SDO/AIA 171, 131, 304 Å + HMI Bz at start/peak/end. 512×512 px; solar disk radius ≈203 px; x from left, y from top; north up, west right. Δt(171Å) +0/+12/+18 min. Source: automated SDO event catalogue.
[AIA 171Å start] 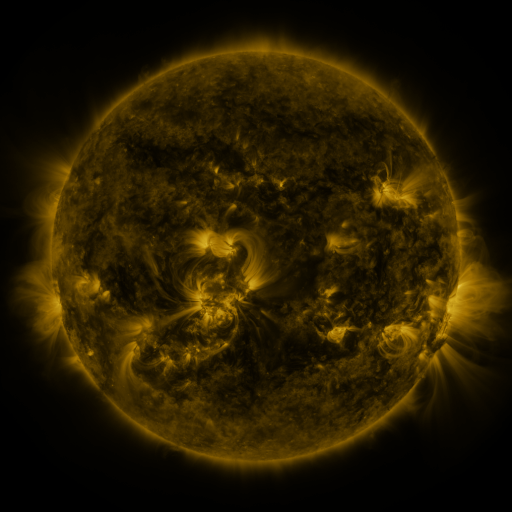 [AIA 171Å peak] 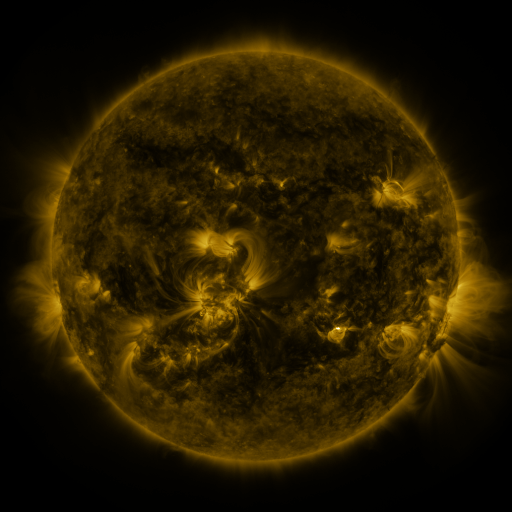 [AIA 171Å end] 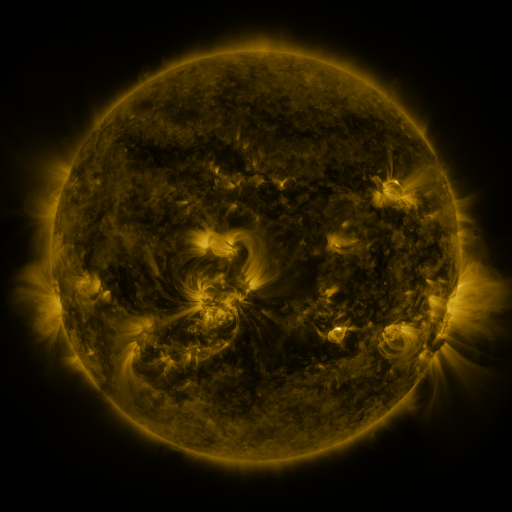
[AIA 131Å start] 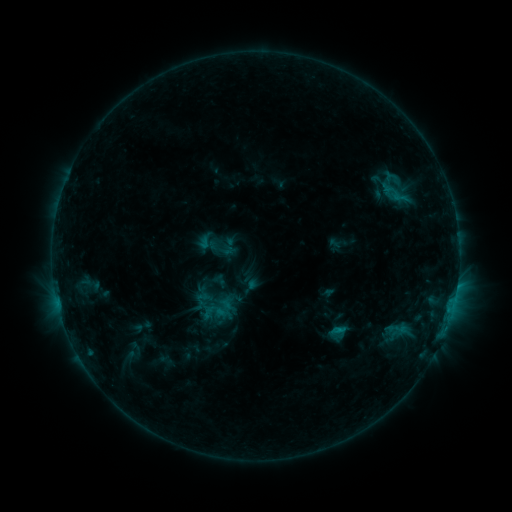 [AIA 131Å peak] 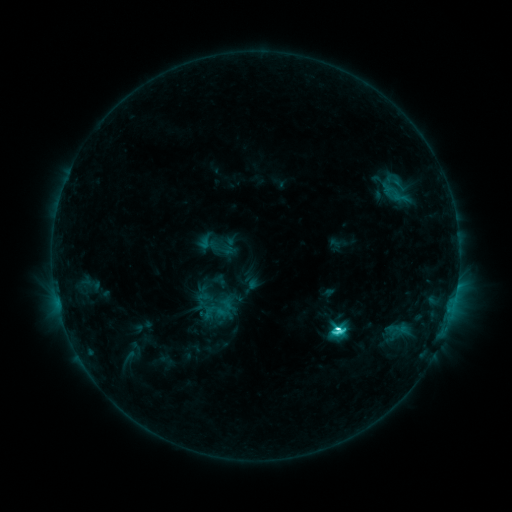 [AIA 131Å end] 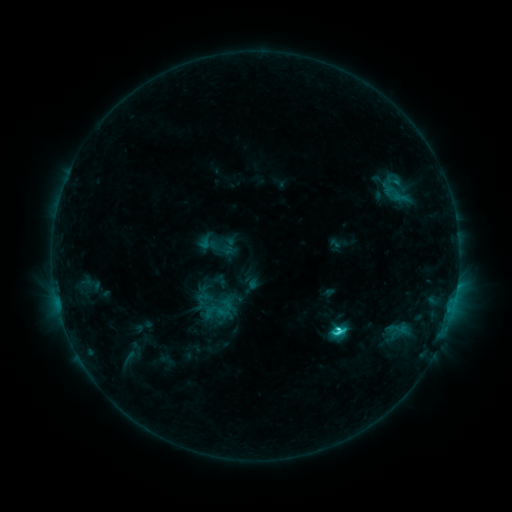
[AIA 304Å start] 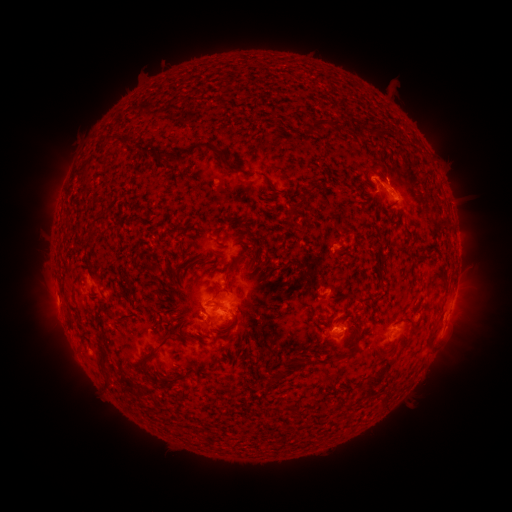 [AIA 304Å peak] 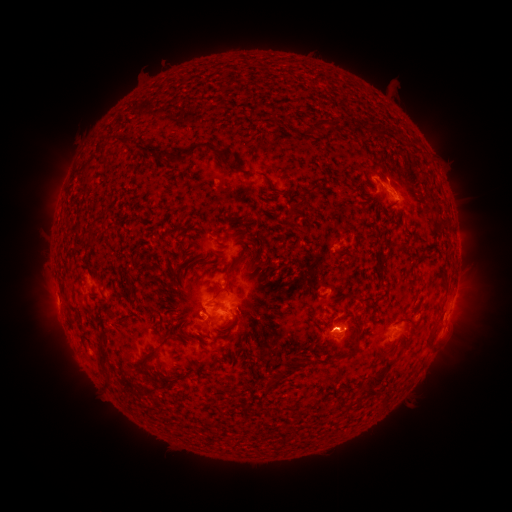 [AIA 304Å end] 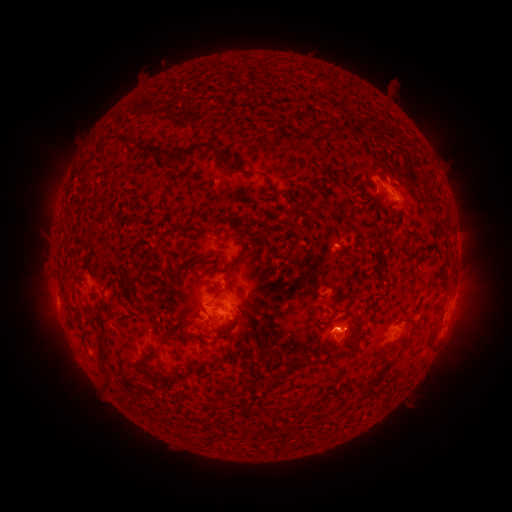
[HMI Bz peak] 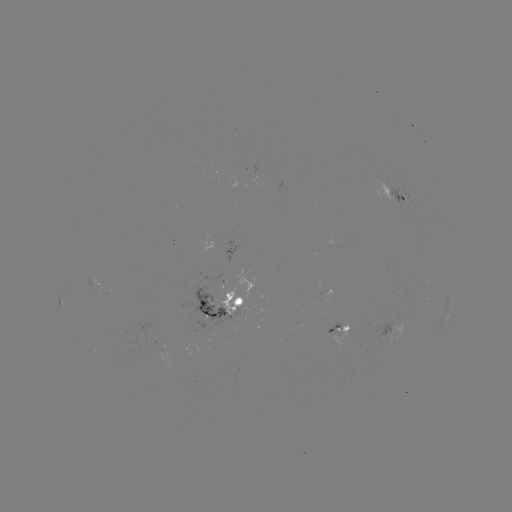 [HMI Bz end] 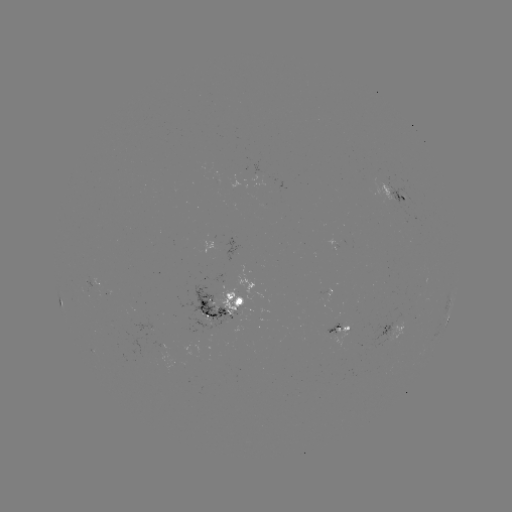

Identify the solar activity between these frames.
C5.7 flare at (335, 326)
